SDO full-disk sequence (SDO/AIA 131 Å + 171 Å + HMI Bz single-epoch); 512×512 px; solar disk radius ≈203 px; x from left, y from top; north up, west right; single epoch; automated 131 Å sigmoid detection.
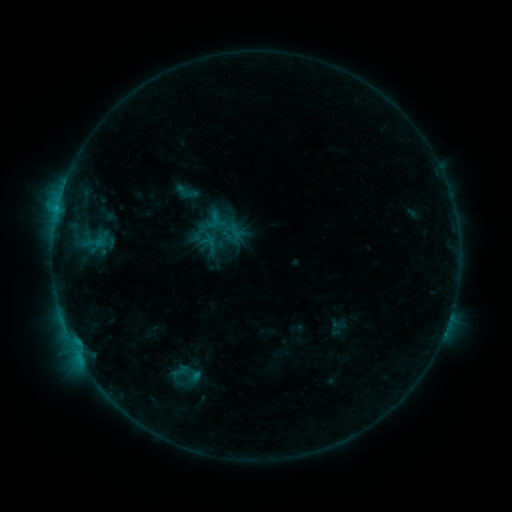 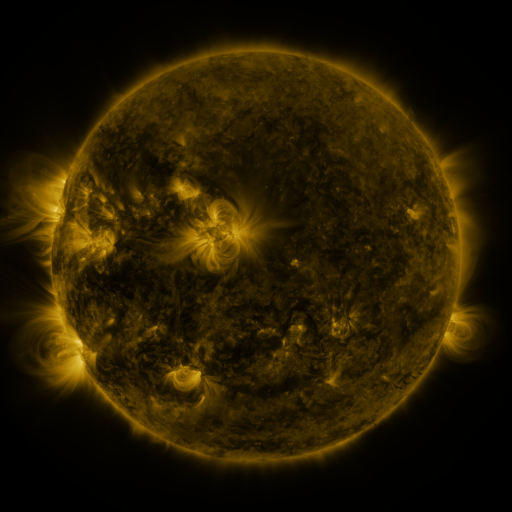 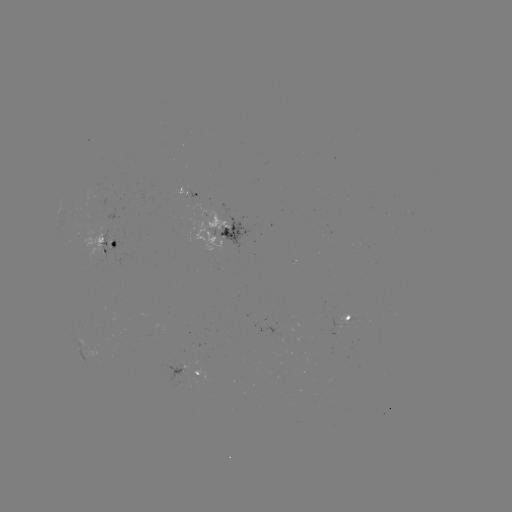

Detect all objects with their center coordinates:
sigmoid: (187, 192)
